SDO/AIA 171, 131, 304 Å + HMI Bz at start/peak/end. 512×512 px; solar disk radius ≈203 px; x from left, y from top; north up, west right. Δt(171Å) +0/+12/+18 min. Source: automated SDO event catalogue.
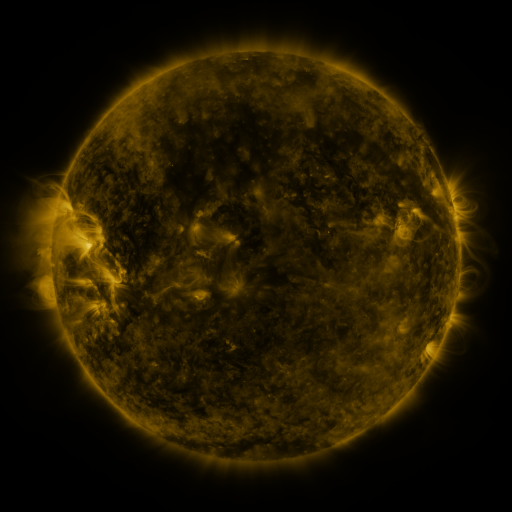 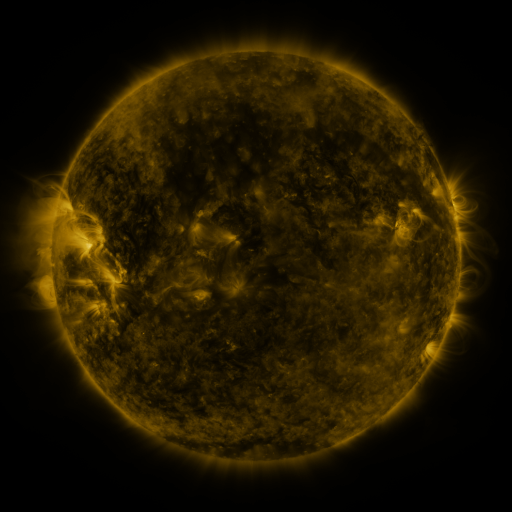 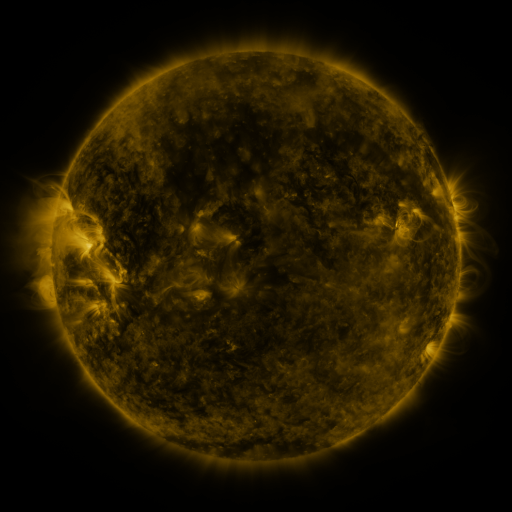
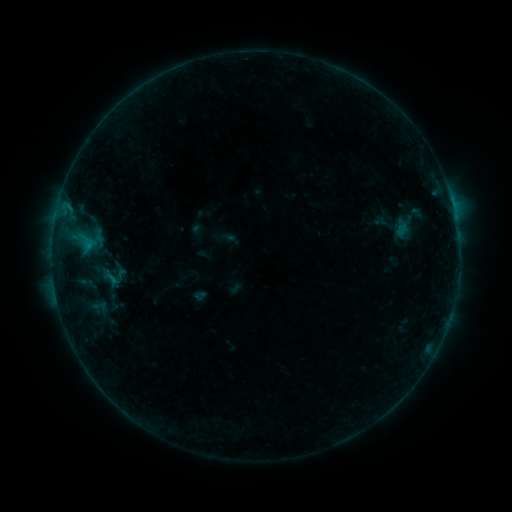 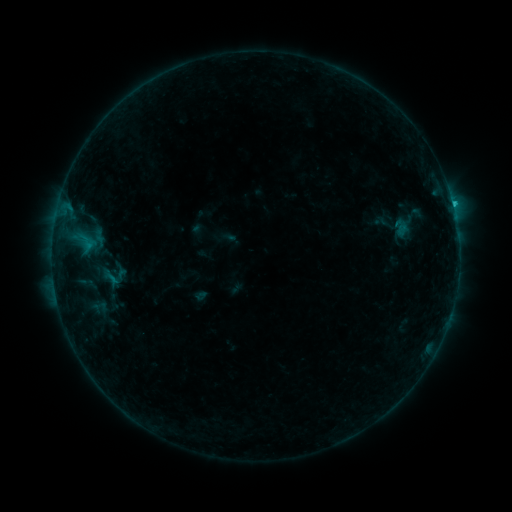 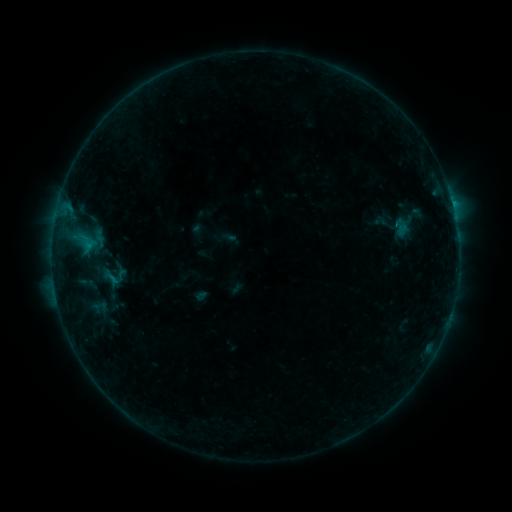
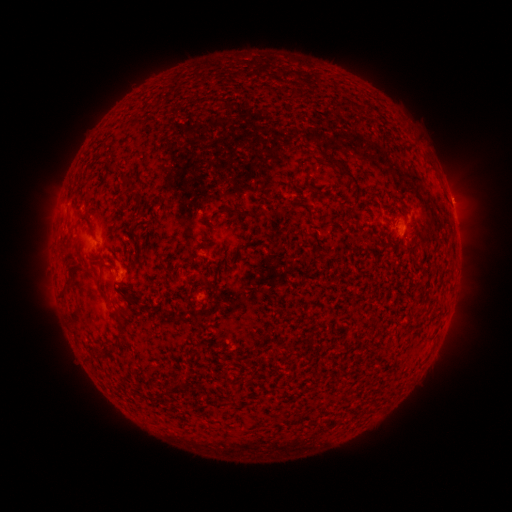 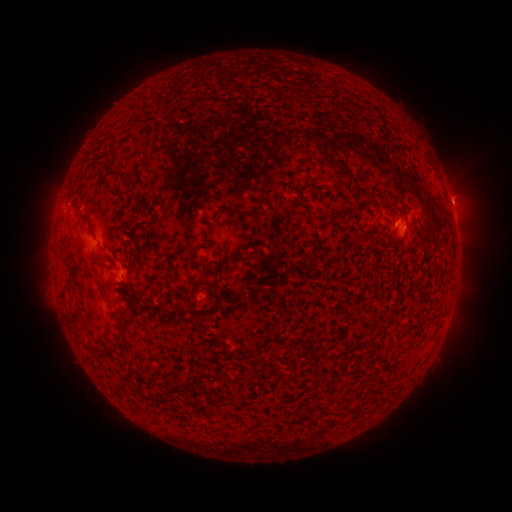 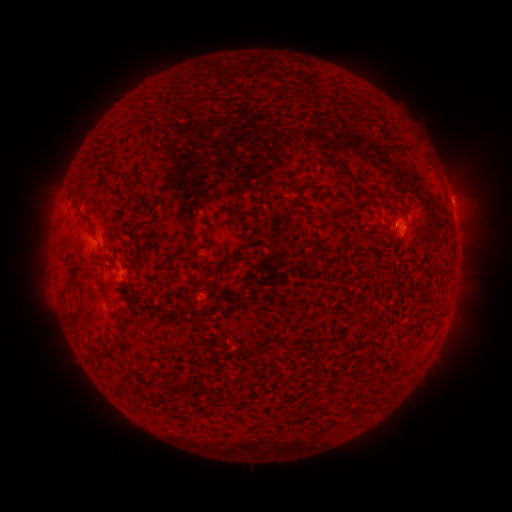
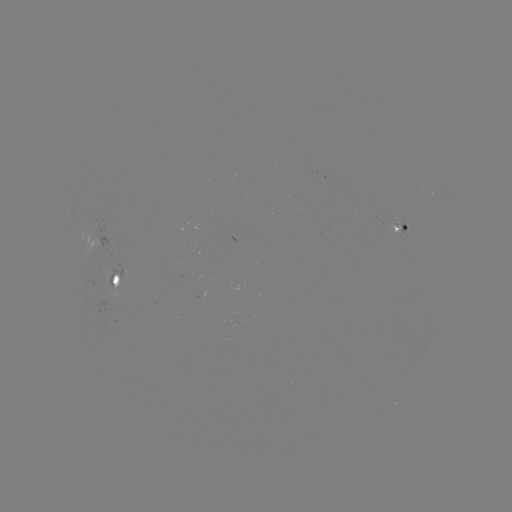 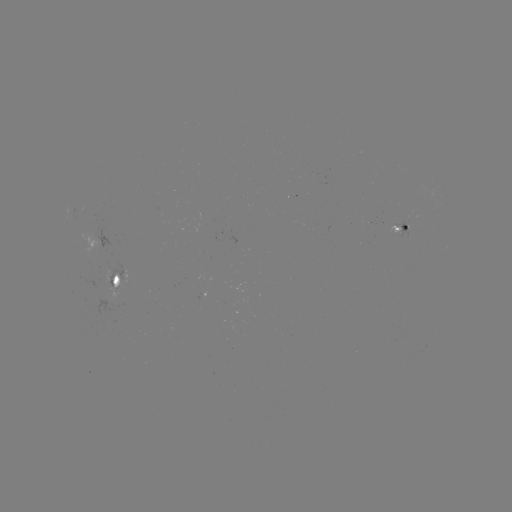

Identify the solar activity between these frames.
B4.9 flare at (453, 206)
